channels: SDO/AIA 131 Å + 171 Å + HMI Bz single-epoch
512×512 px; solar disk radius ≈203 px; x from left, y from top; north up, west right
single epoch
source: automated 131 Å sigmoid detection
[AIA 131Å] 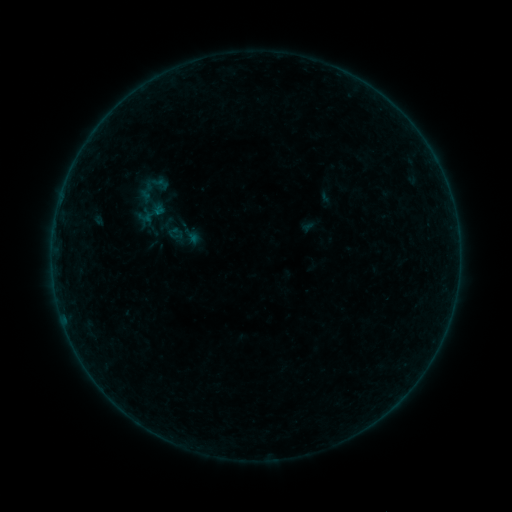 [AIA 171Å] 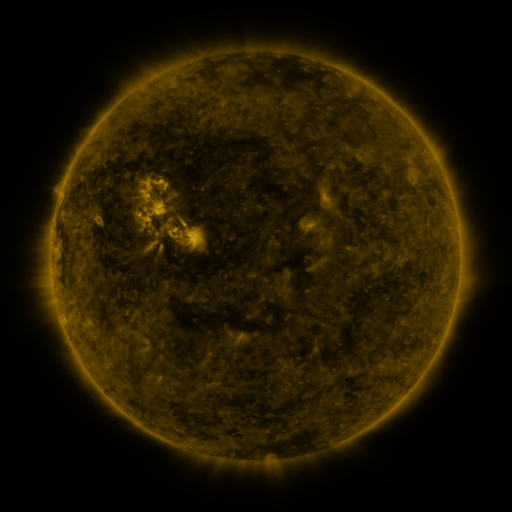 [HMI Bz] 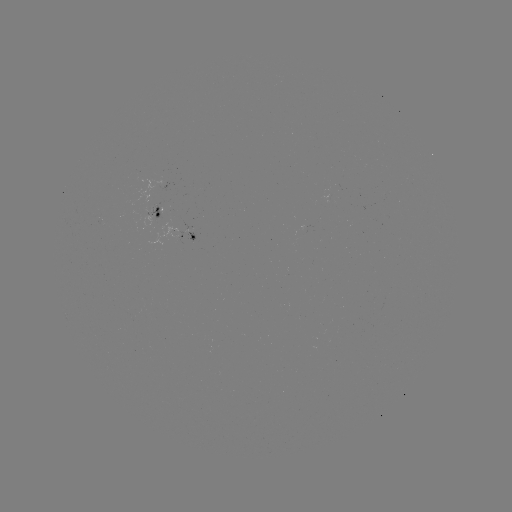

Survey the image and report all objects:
sigmoid: <bbox>136, 207, 155, 226</bbox>
